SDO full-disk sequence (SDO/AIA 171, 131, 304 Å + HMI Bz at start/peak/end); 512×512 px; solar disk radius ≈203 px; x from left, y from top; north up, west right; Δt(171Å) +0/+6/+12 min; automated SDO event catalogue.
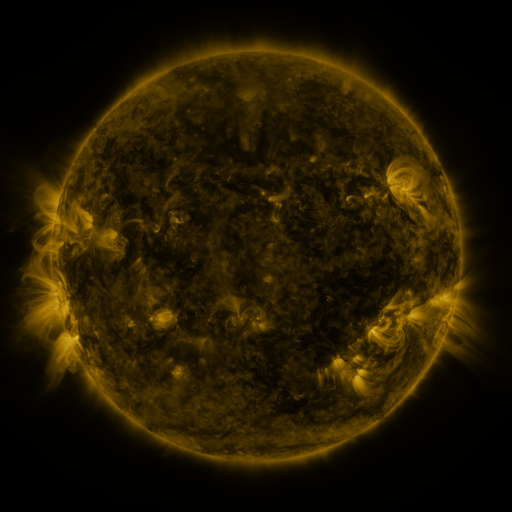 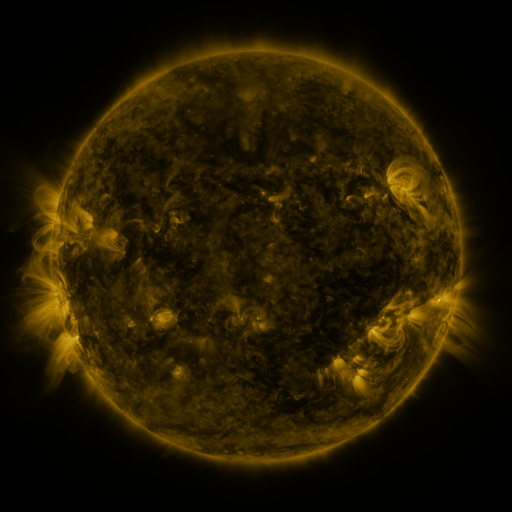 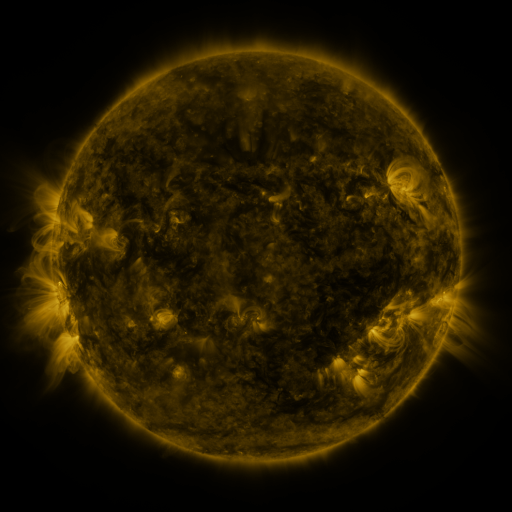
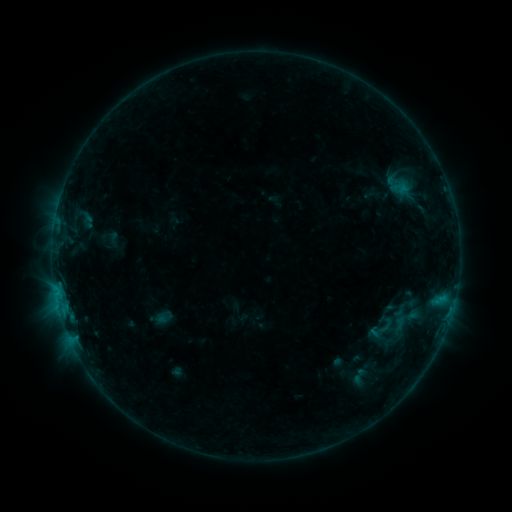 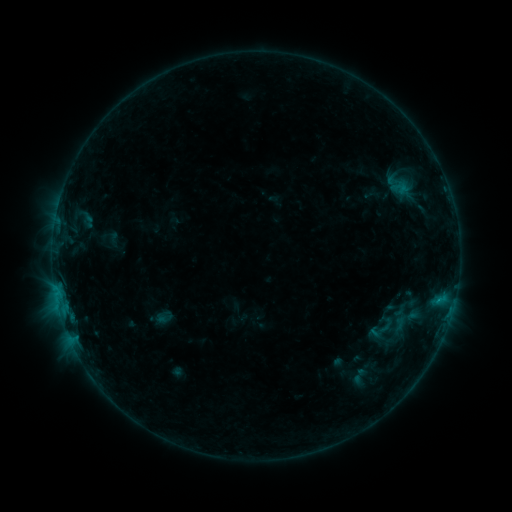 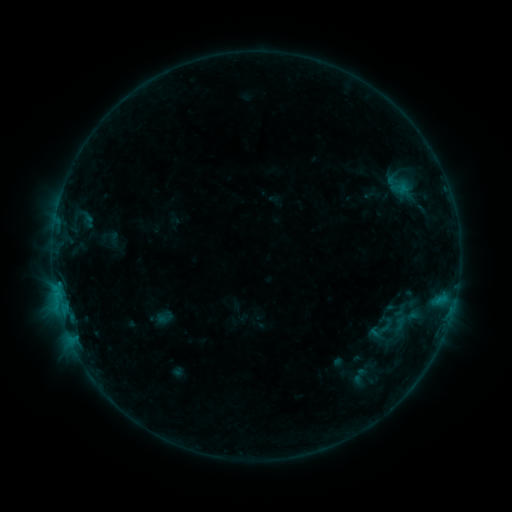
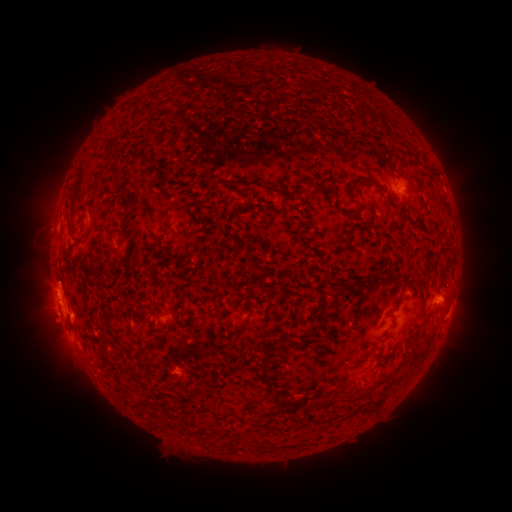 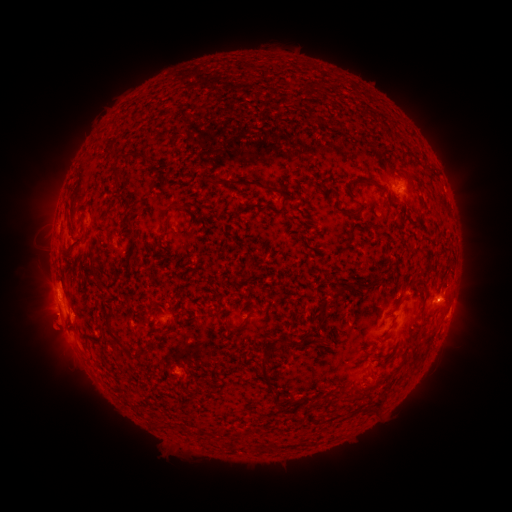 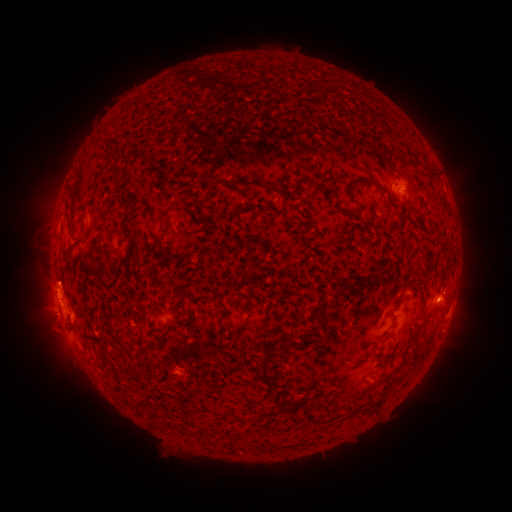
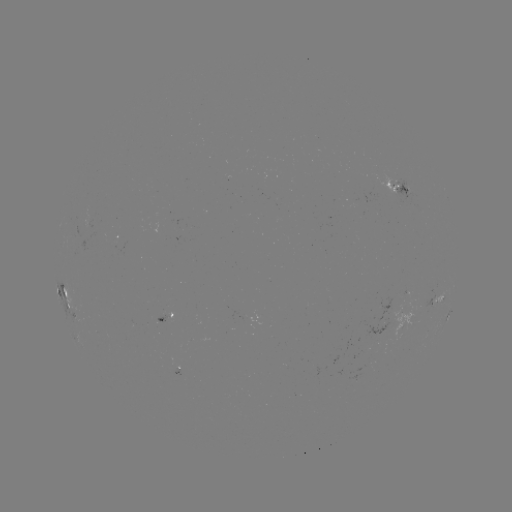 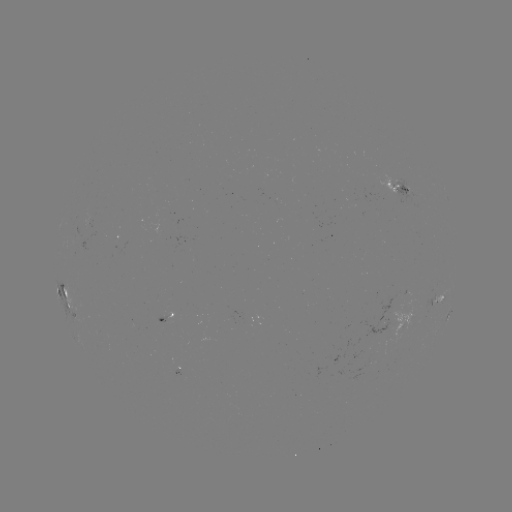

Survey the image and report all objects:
eruption: (50, 328)
